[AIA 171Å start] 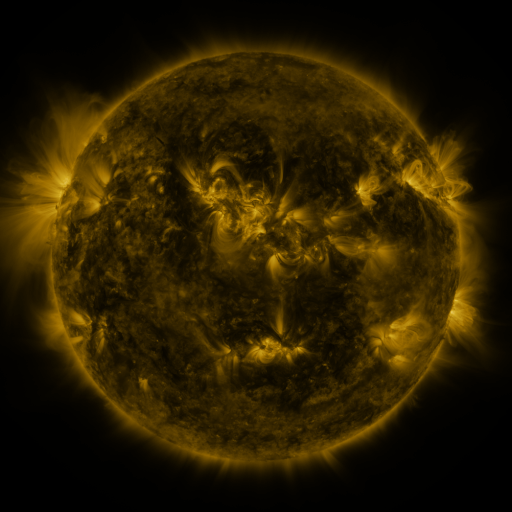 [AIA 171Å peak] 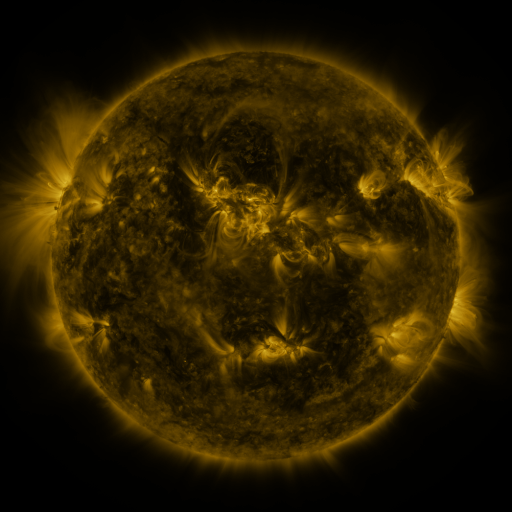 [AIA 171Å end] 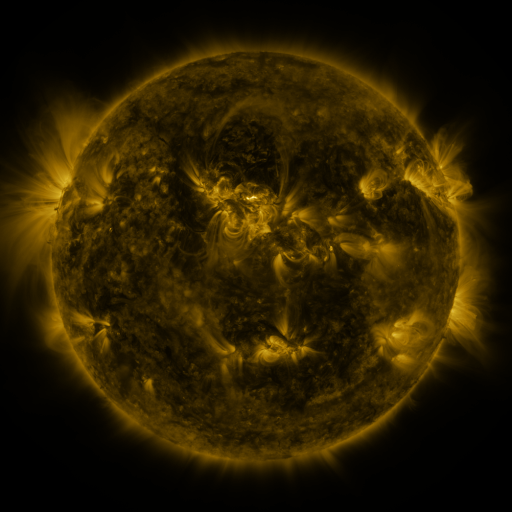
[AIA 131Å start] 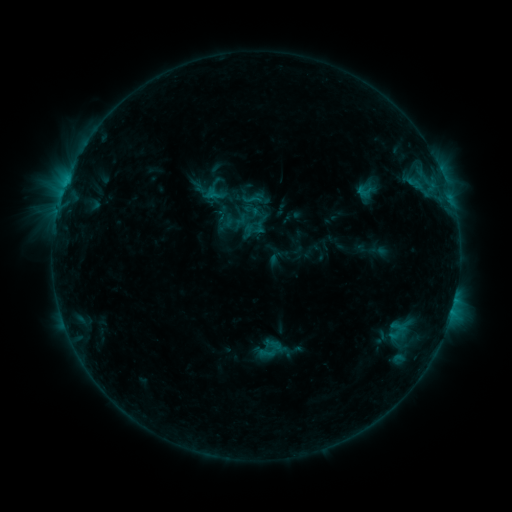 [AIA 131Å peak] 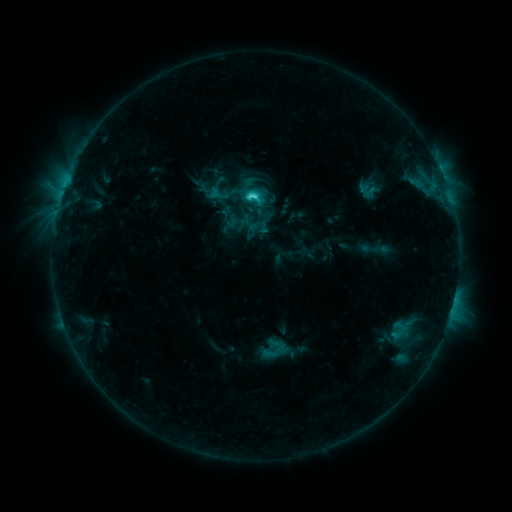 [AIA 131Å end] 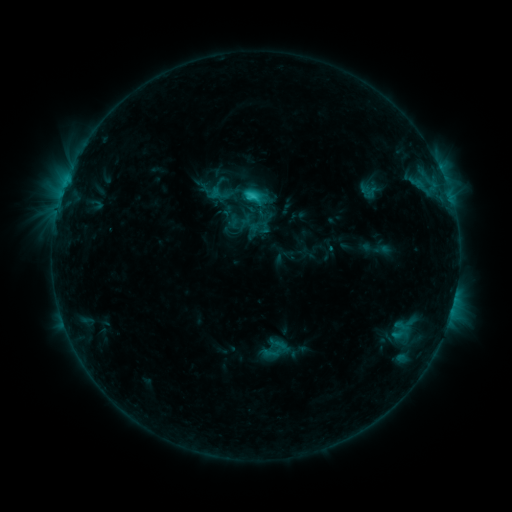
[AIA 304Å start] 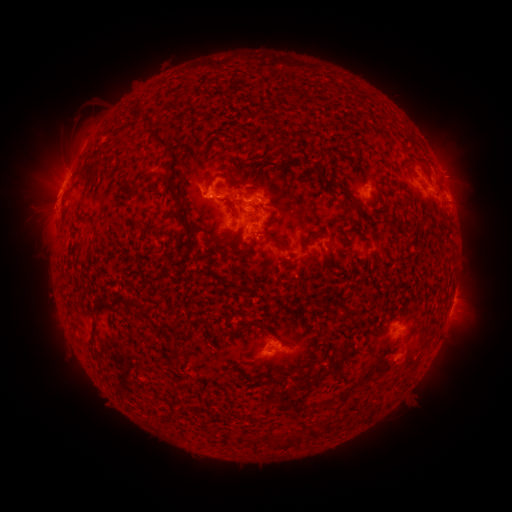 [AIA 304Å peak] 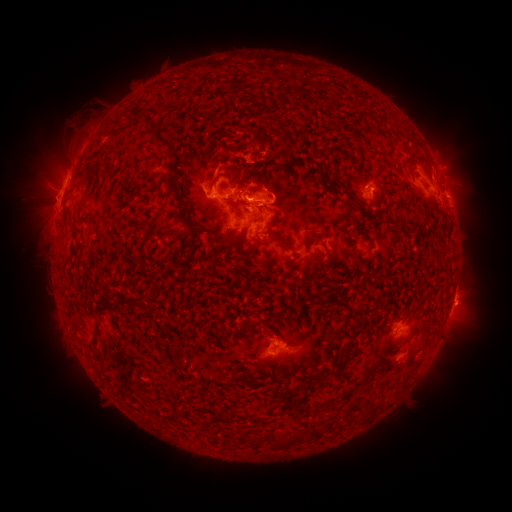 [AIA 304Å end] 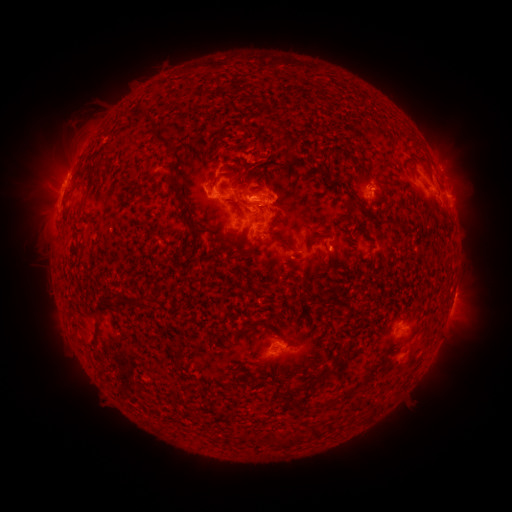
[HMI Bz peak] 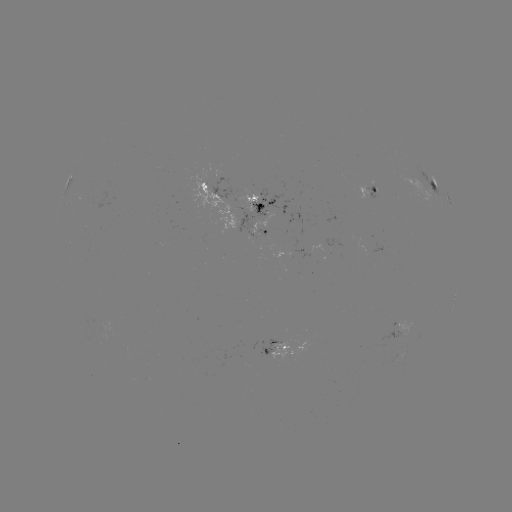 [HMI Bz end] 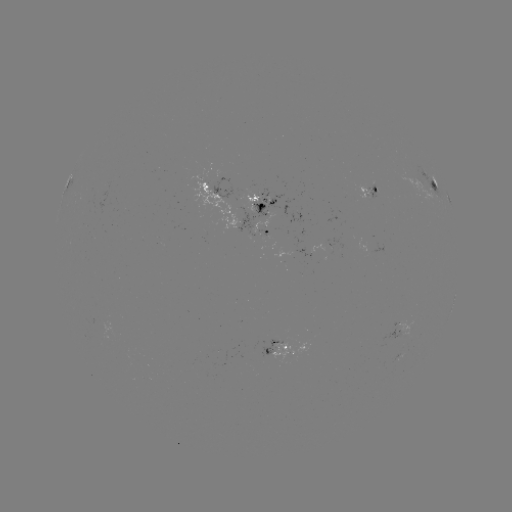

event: emerging-flux region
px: (261, 233)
